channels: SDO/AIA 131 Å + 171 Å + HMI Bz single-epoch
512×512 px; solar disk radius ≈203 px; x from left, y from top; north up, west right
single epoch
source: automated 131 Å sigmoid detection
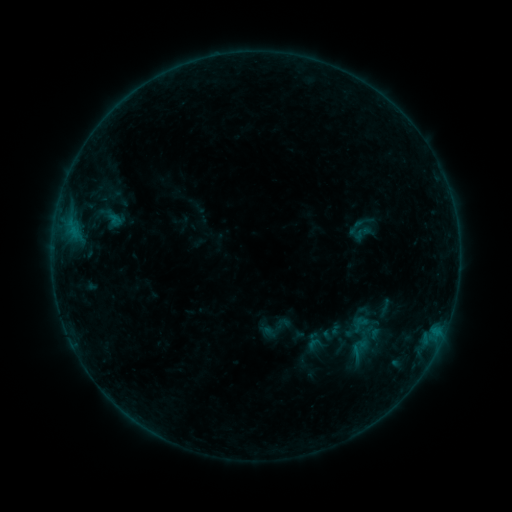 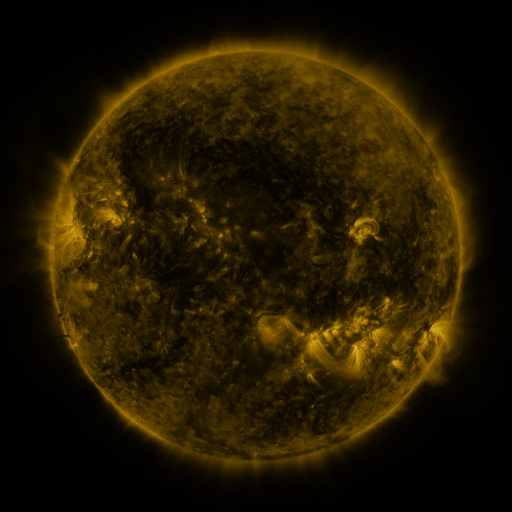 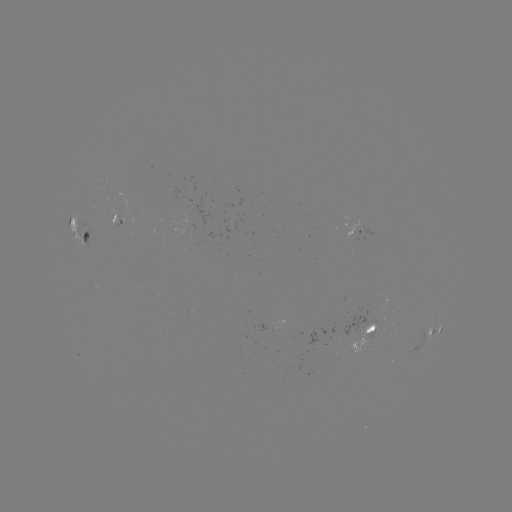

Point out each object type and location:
sigmoid: (110, 218)
